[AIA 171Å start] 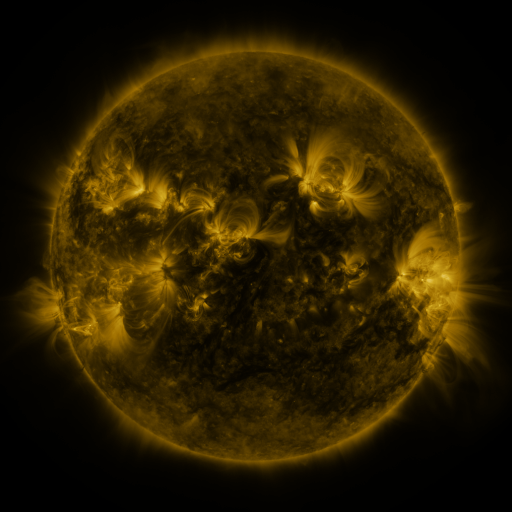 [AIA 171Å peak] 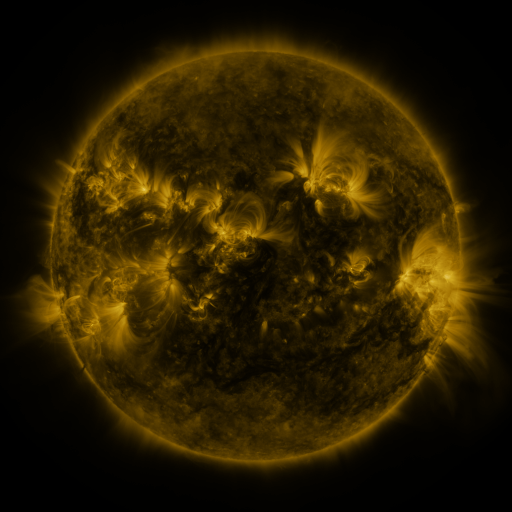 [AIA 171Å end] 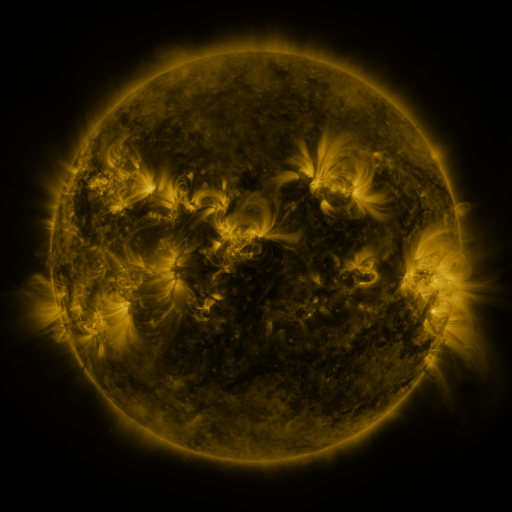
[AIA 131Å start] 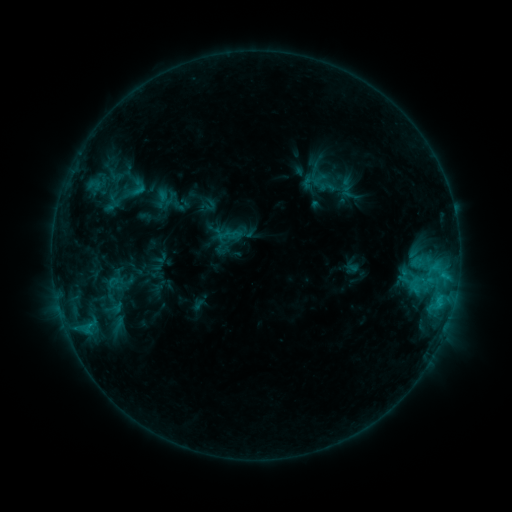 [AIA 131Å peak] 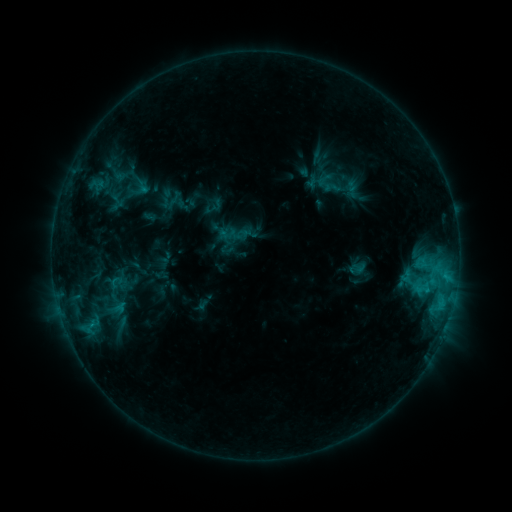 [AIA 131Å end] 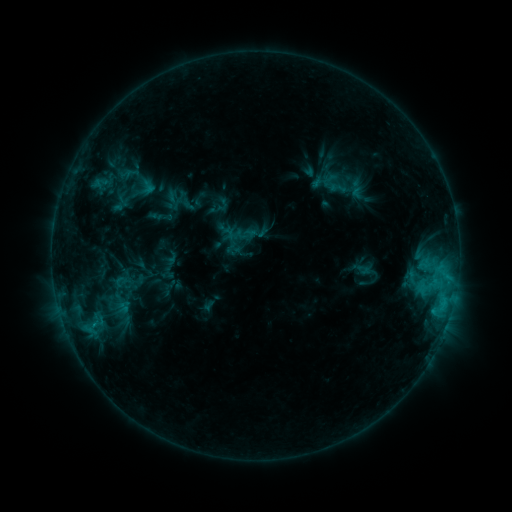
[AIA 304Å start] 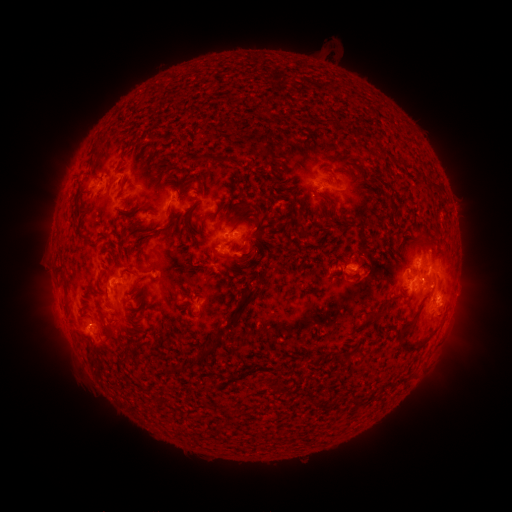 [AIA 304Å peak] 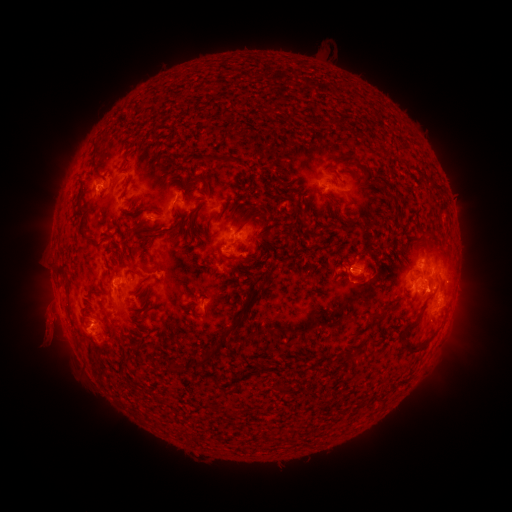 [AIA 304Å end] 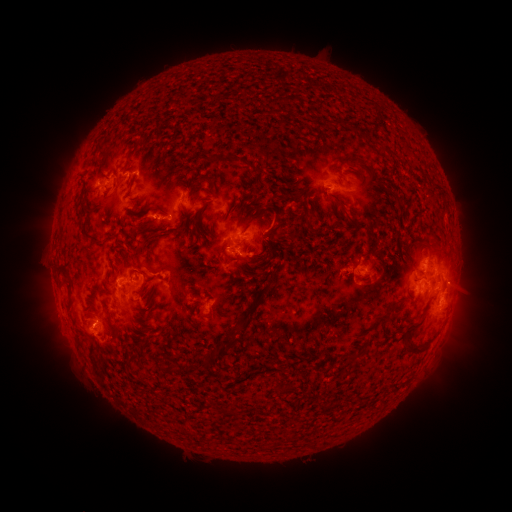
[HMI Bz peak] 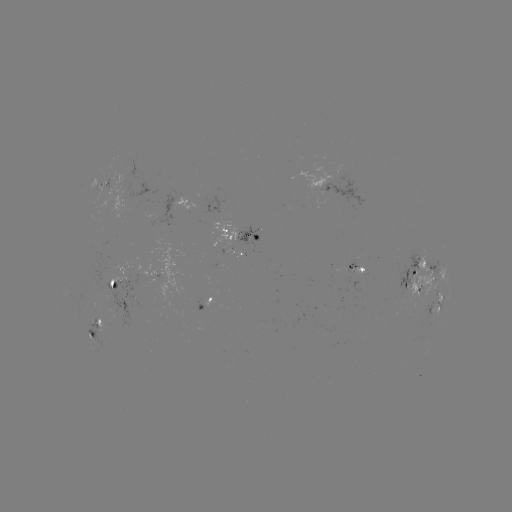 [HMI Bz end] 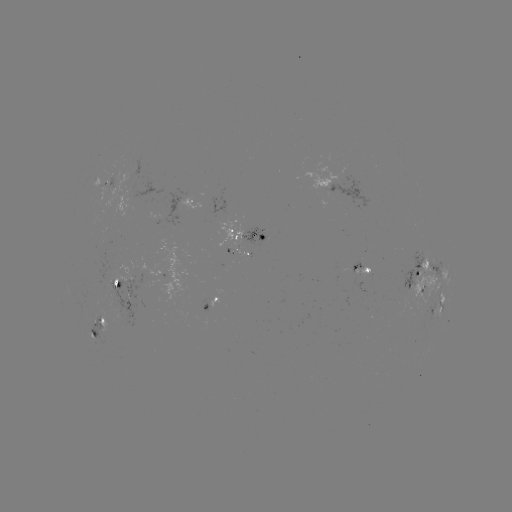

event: filament eruption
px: (51, 337)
